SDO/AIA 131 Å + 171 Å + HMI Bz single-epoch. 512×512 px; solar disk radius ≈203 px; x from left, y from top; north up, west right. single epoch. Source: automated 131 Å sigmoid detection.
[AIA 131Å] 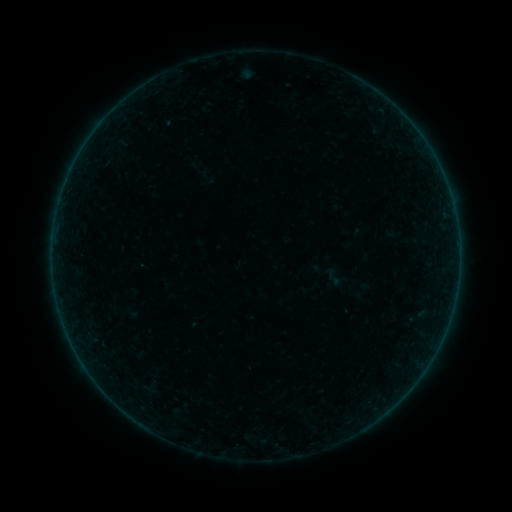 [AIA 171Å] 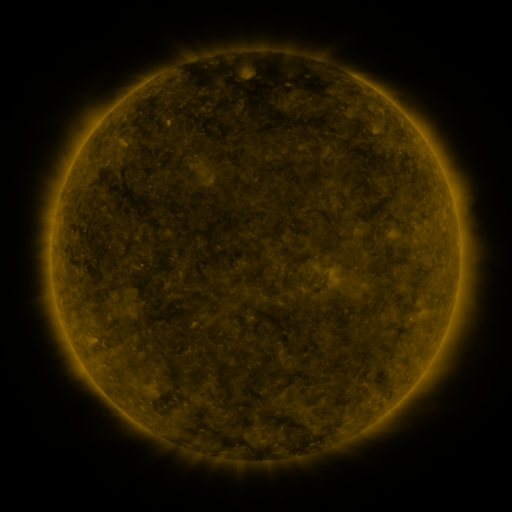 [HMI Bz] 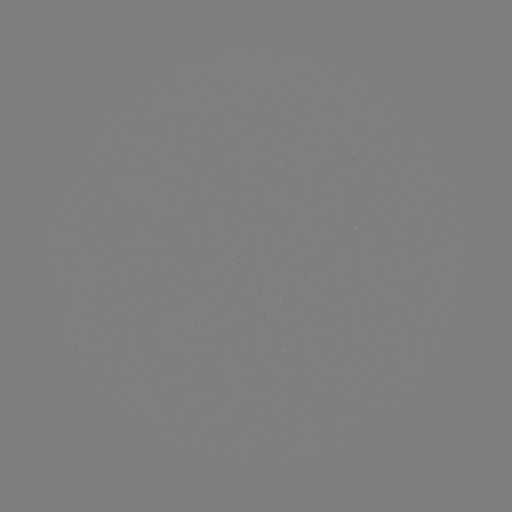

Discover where sigmoid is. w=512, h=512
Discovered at (334, 278).